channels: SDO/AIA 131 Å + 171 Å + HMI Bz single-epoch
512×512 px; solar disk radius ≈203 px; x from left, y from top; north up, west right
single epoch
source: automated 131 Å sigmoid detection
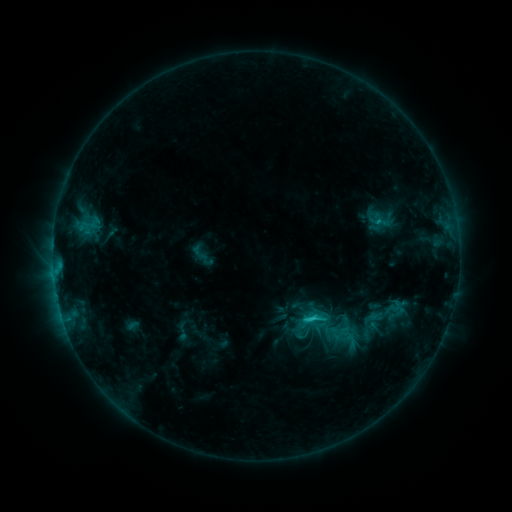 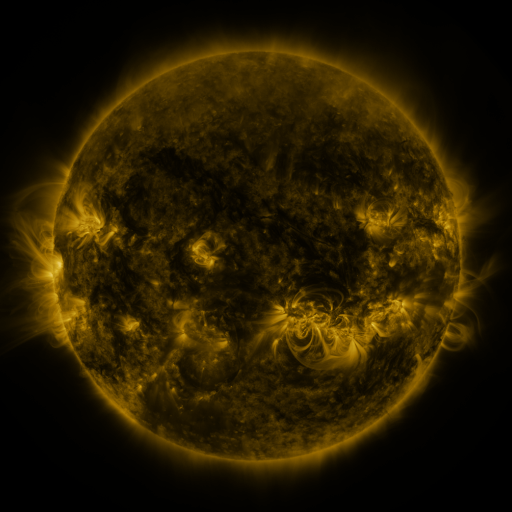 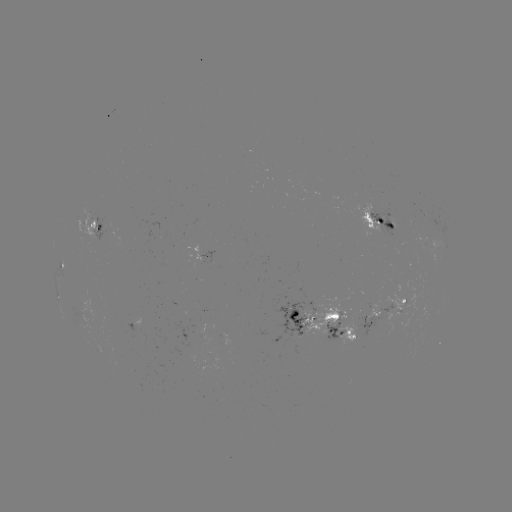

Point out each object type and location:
sigmoid: (381, 318)
